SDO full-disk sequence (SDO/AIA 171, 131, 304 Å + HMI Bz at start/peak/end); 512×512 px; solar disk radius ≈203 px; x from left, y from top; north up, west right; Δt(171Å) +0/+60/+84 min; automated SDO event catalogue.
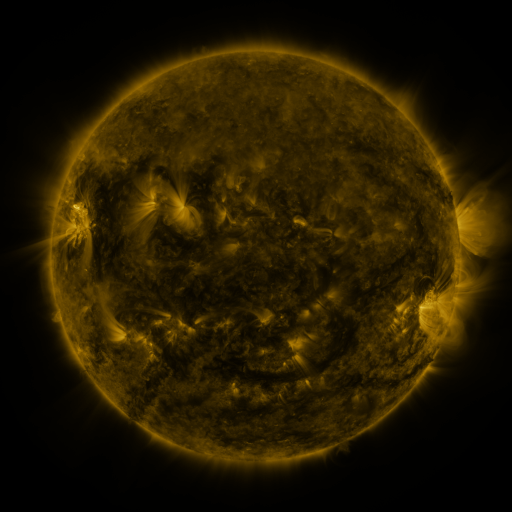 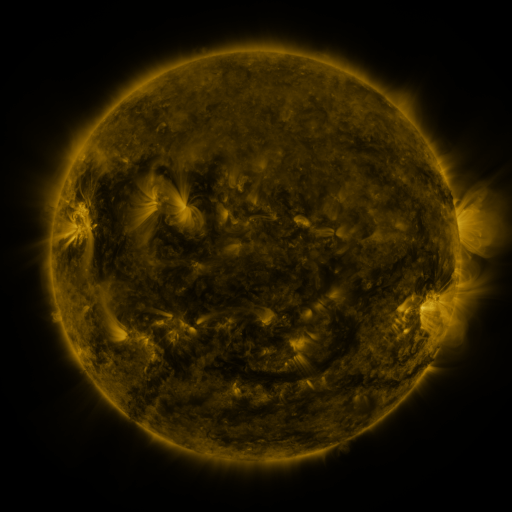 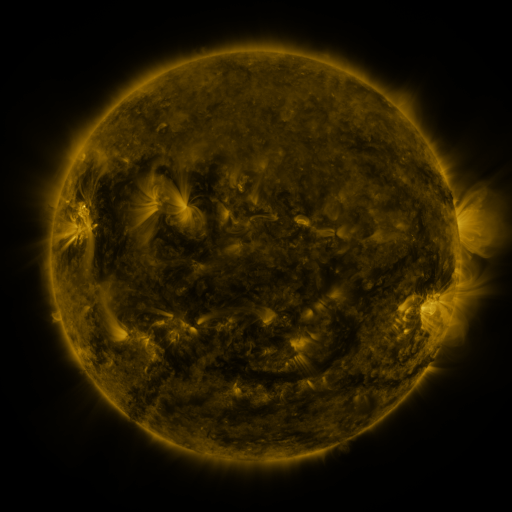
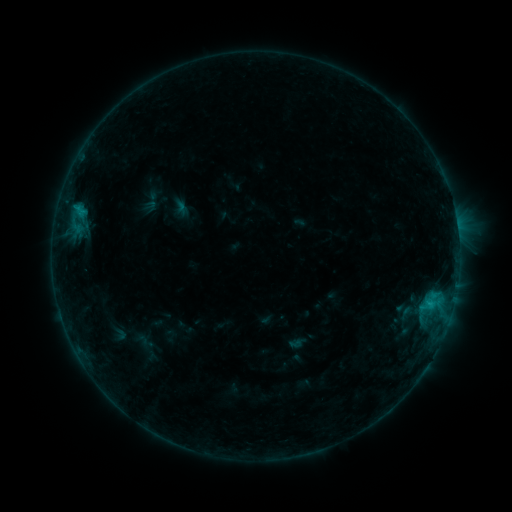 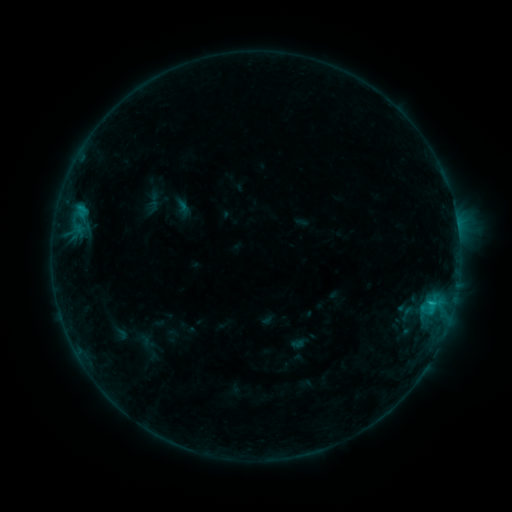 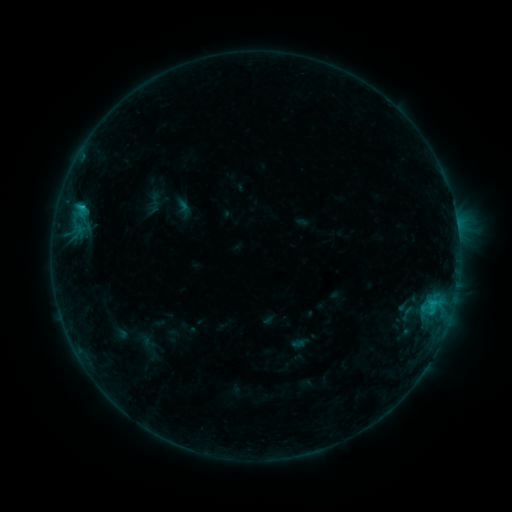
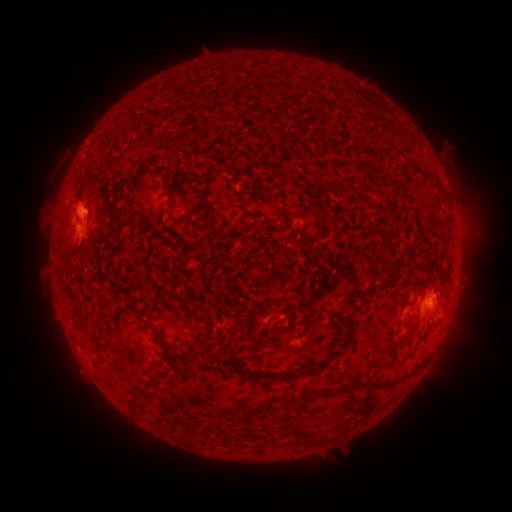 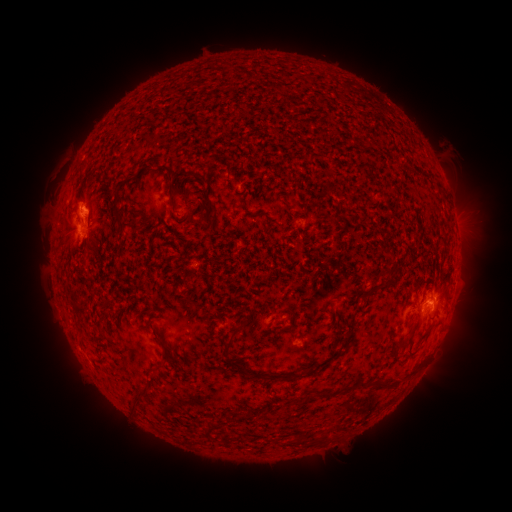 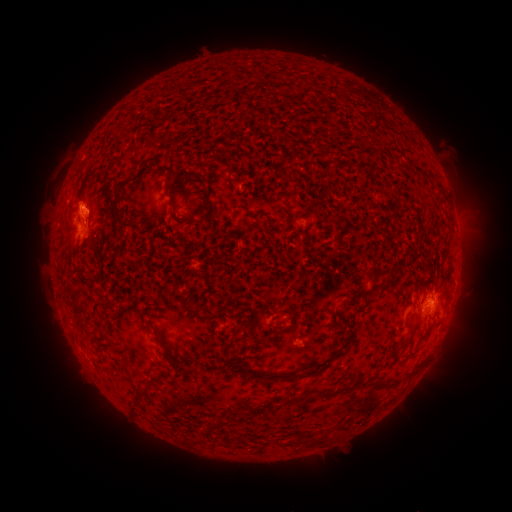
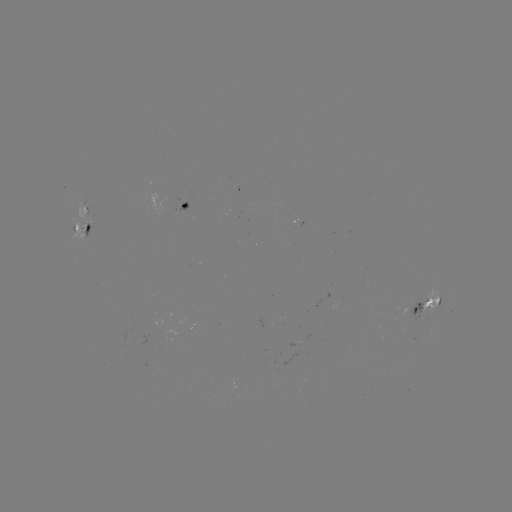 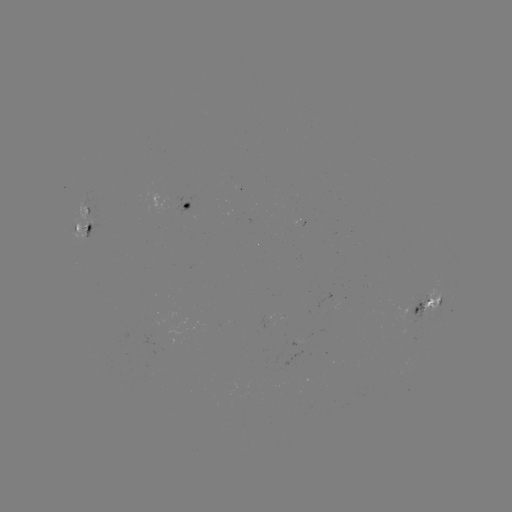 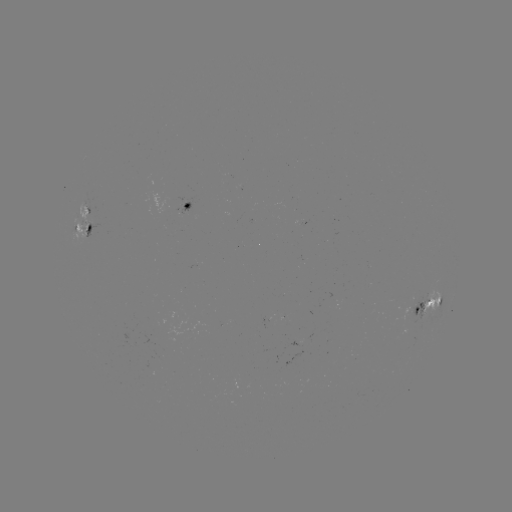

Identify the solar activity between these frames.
emerging-flux region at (90, 215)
